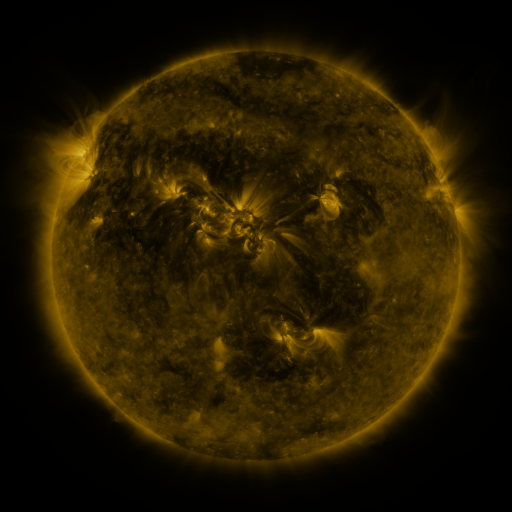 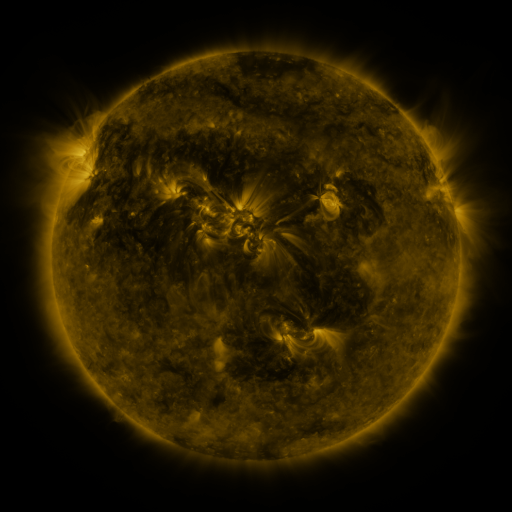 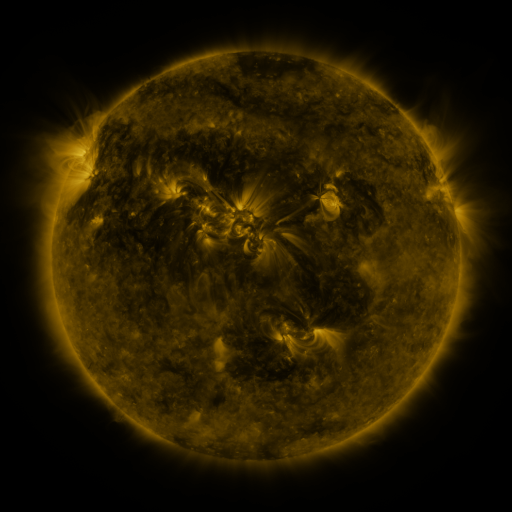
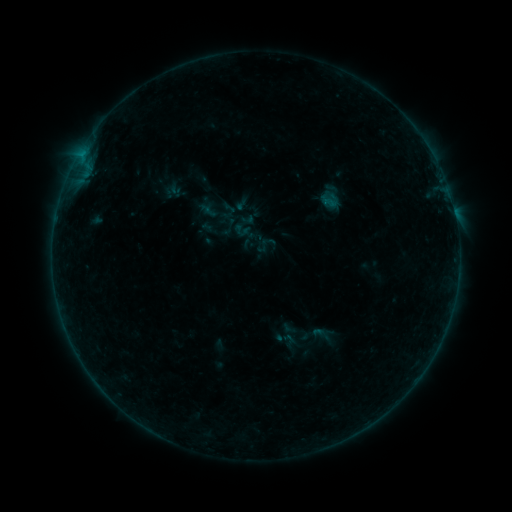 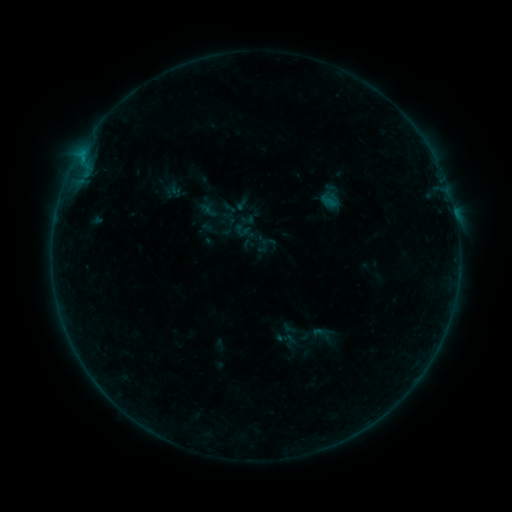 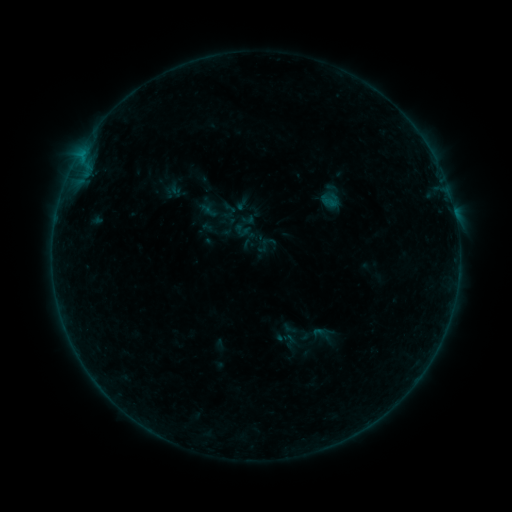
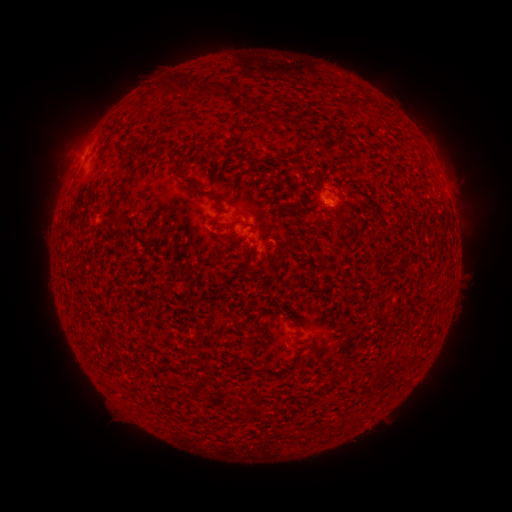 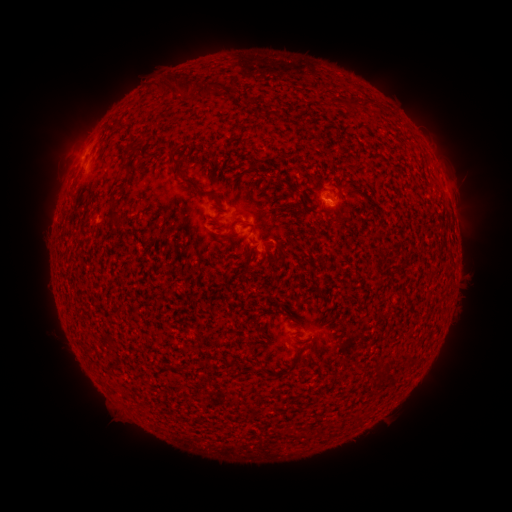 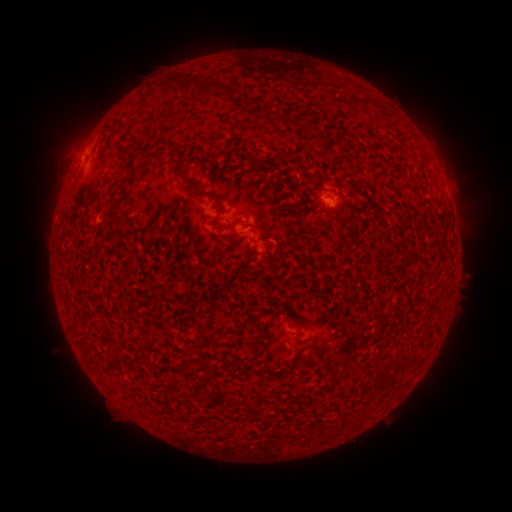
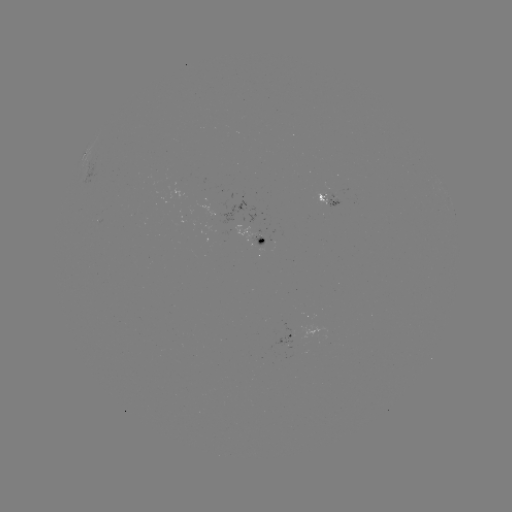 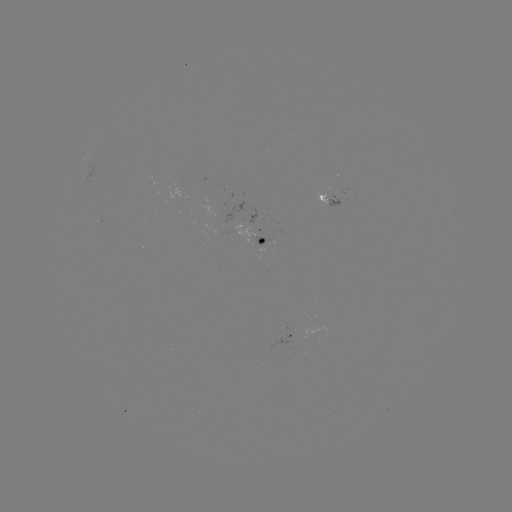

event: flare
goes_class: B1.9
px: (327, 202)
